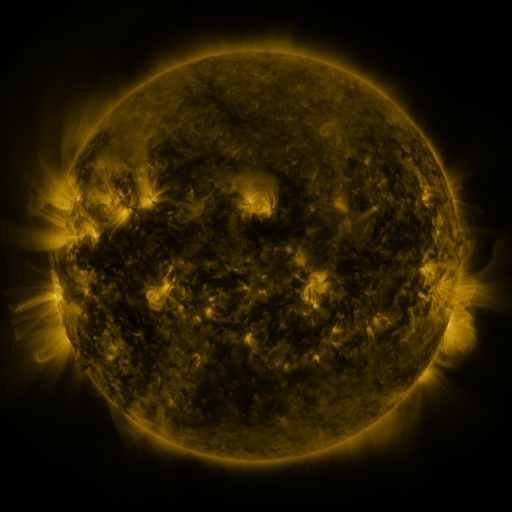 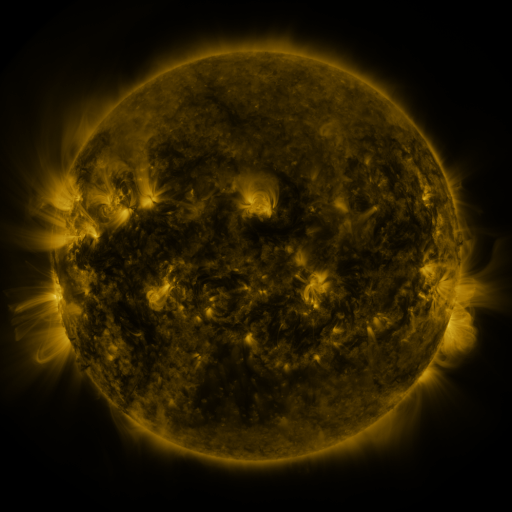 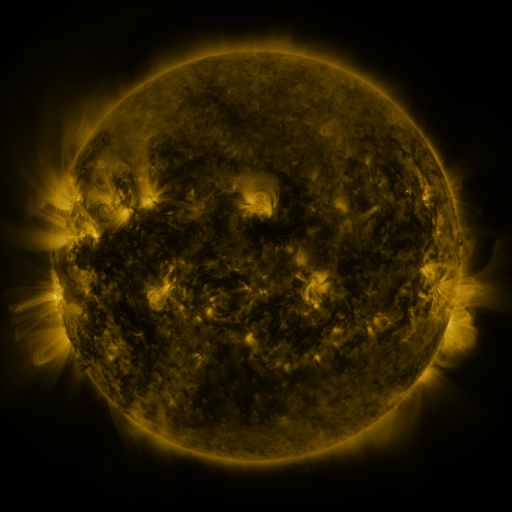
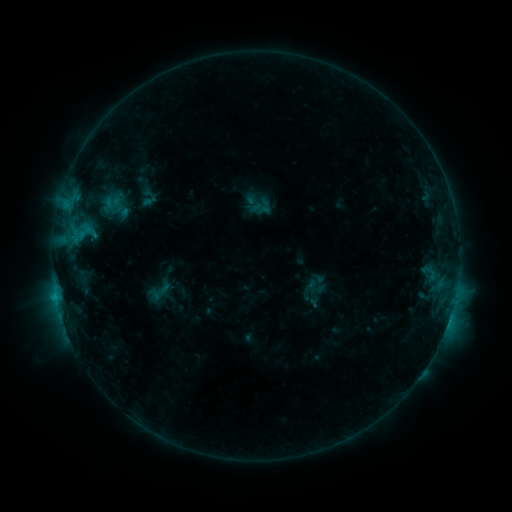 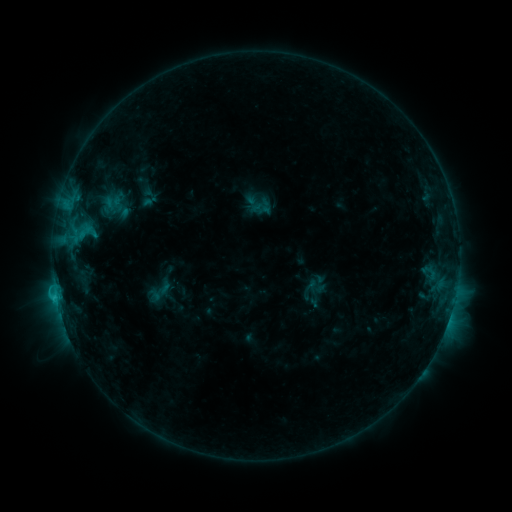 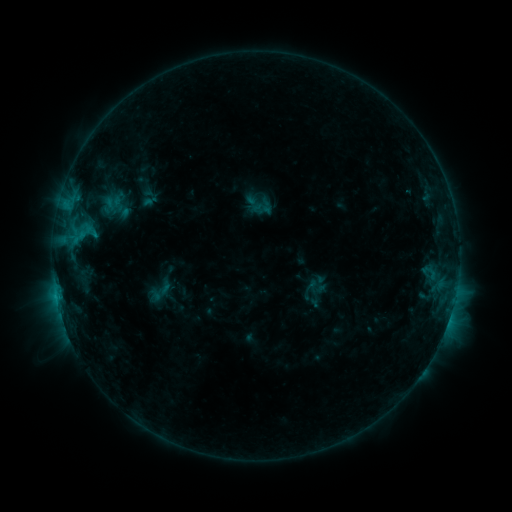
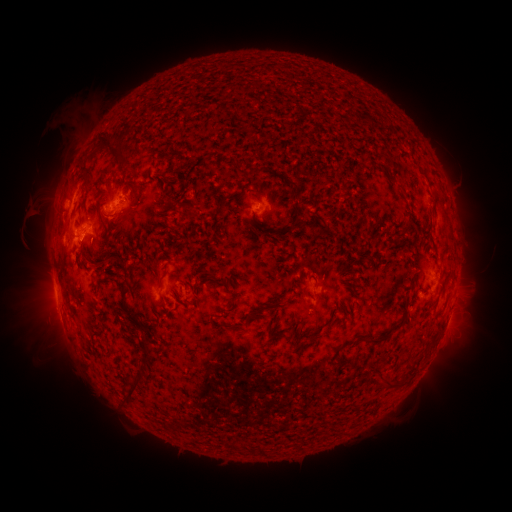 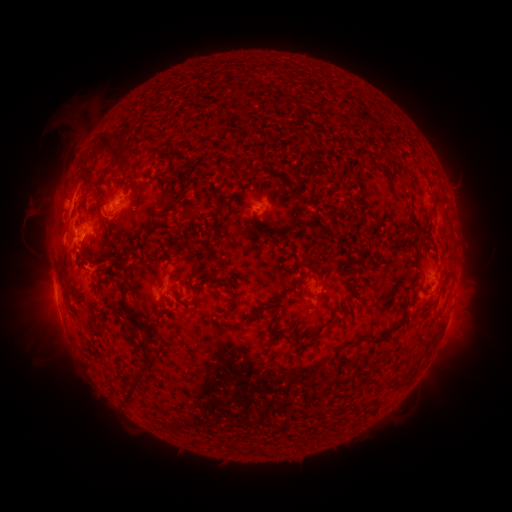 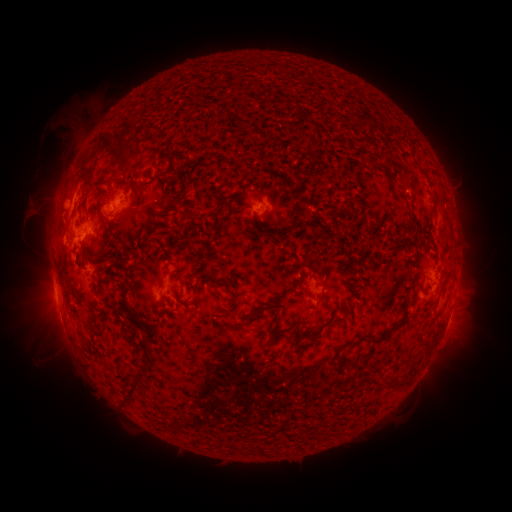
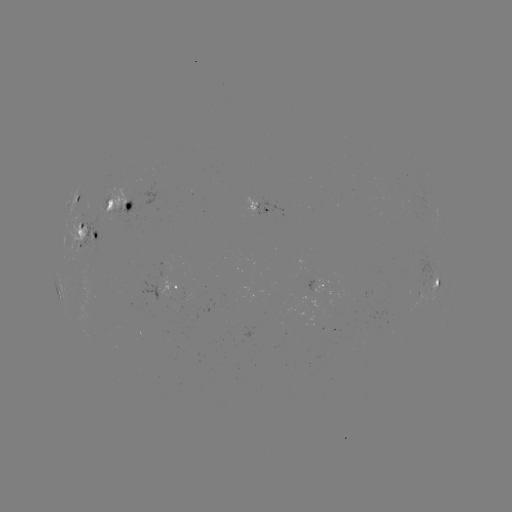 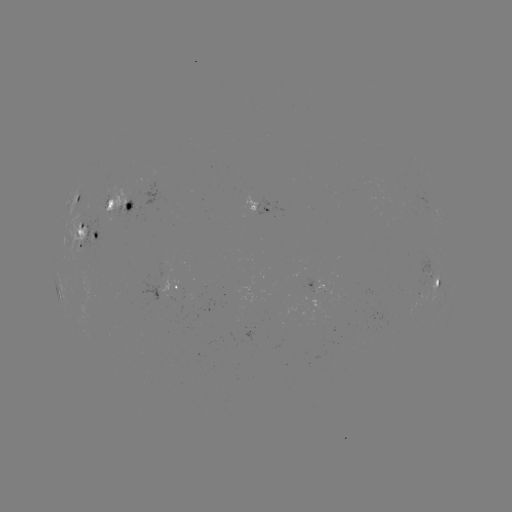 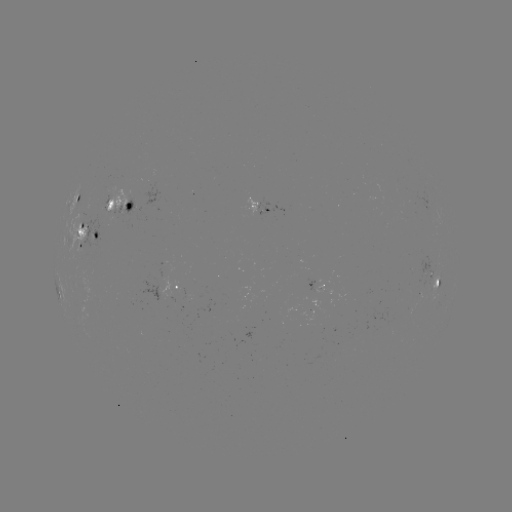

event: flare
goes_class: C1.3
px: (57, 297)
